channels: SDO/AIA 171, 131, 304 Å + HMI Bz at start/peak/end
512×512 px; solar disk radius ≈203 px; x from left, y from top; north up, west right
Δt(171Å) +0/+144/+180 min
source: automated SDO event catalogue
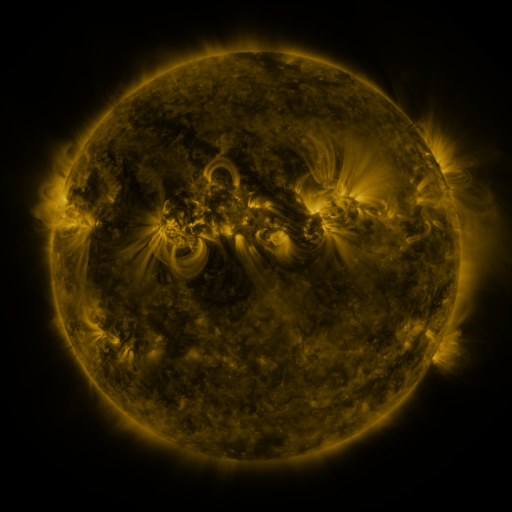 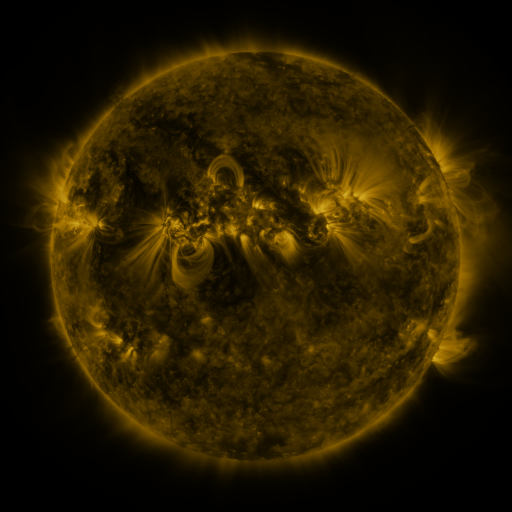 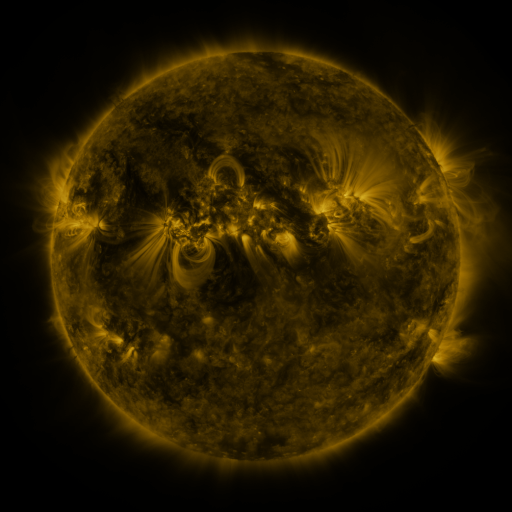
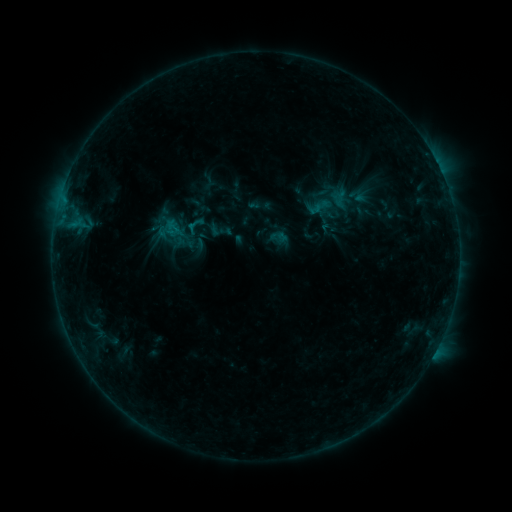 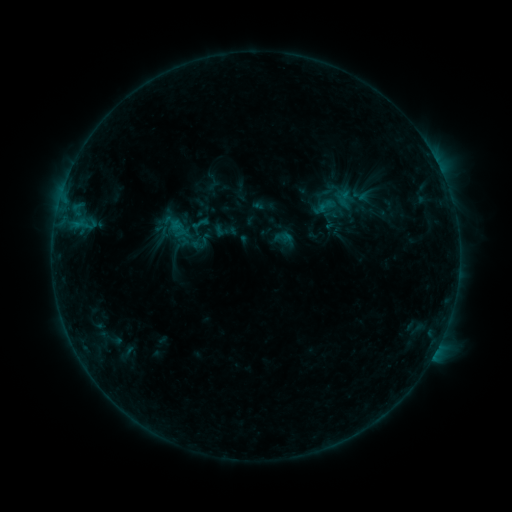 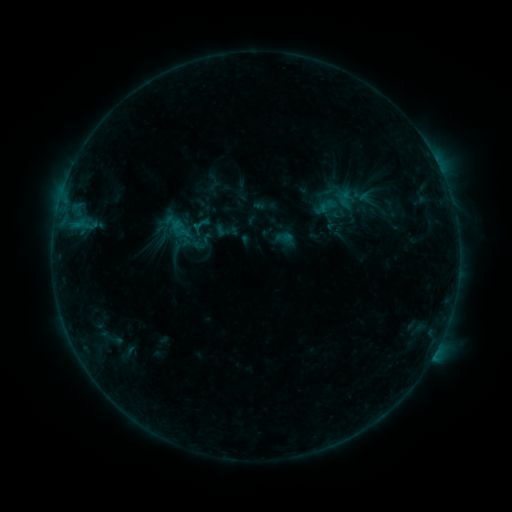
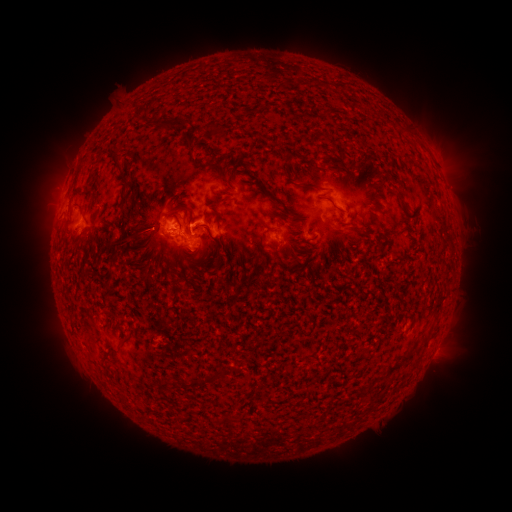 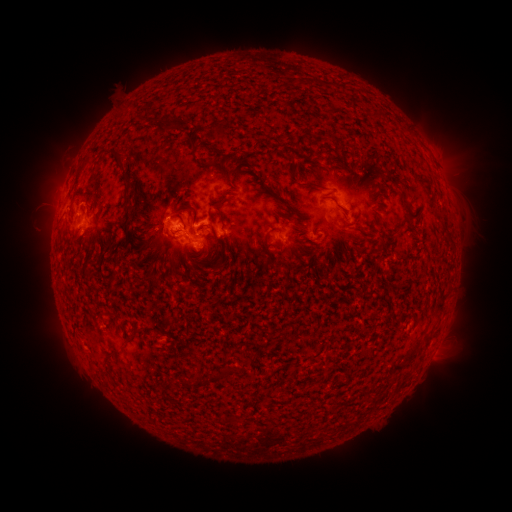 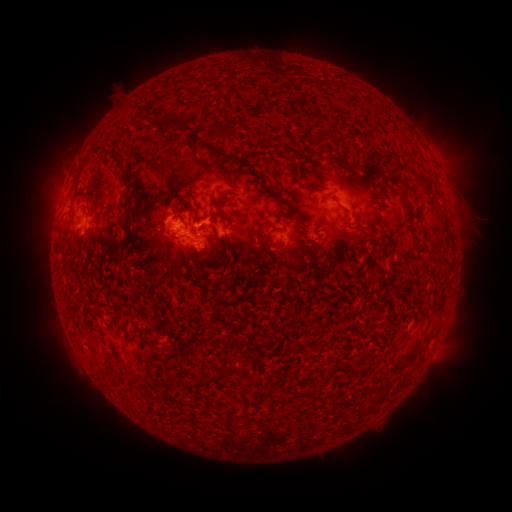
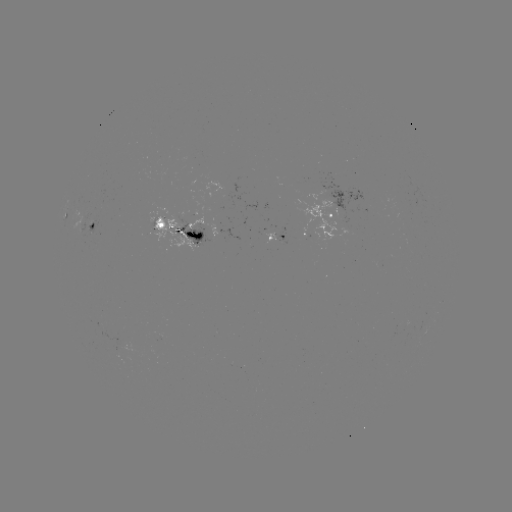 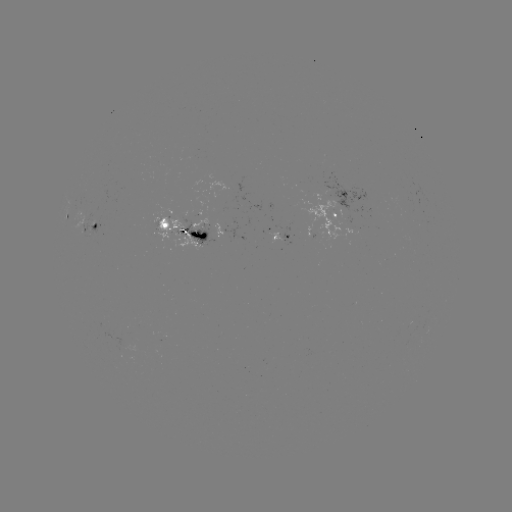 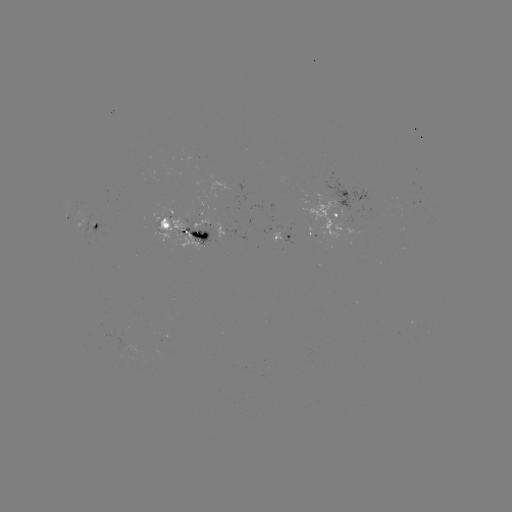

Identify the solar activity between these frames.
emerging-flux region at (84, 234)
